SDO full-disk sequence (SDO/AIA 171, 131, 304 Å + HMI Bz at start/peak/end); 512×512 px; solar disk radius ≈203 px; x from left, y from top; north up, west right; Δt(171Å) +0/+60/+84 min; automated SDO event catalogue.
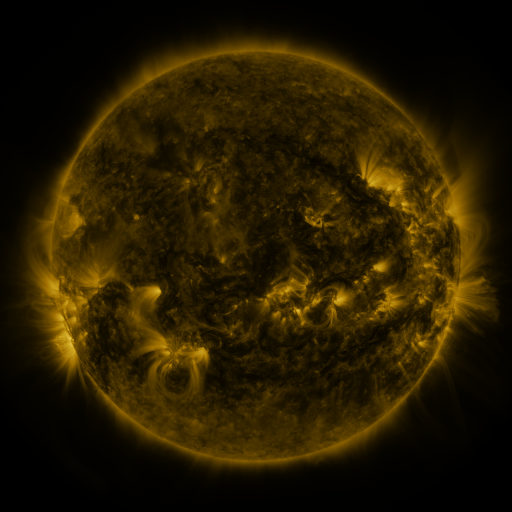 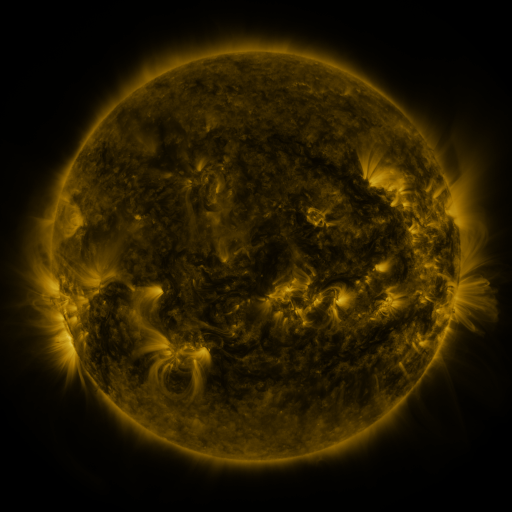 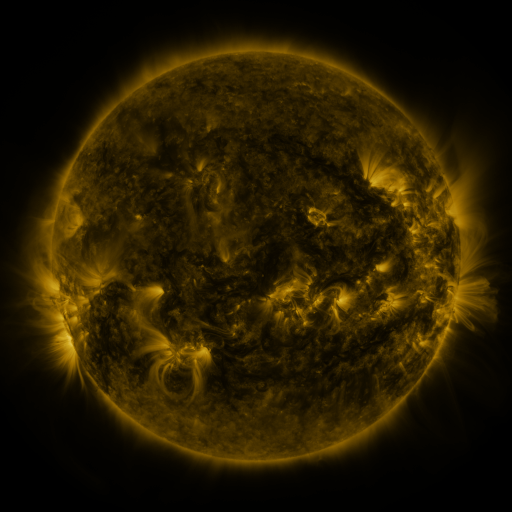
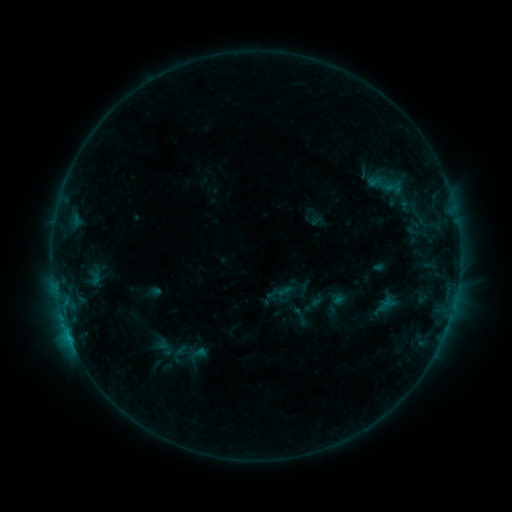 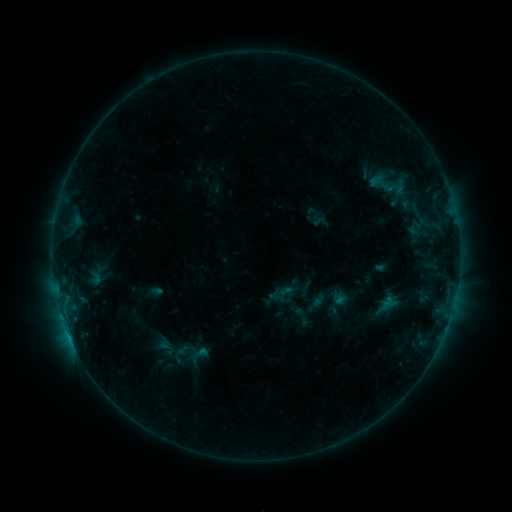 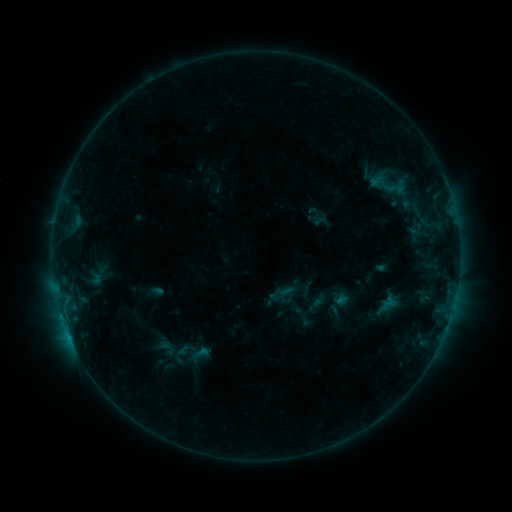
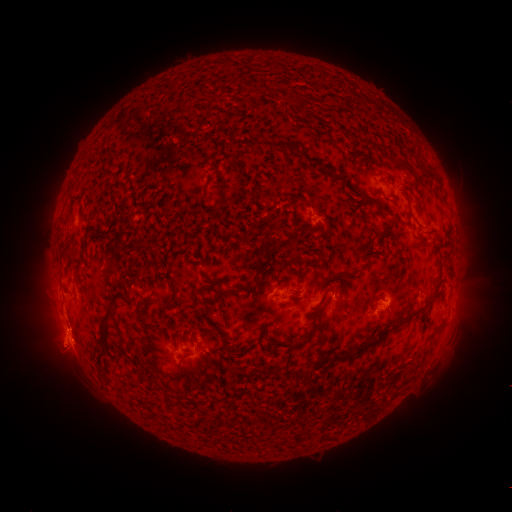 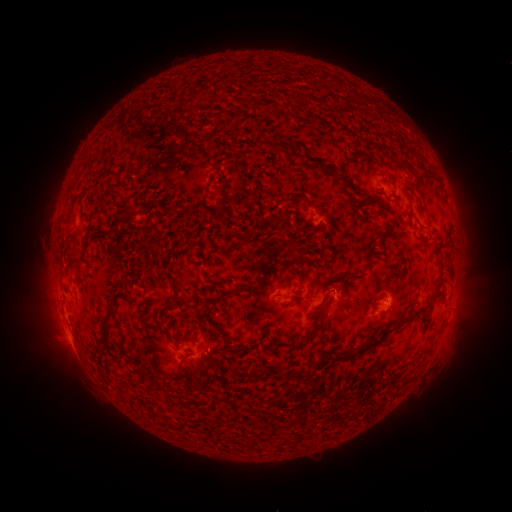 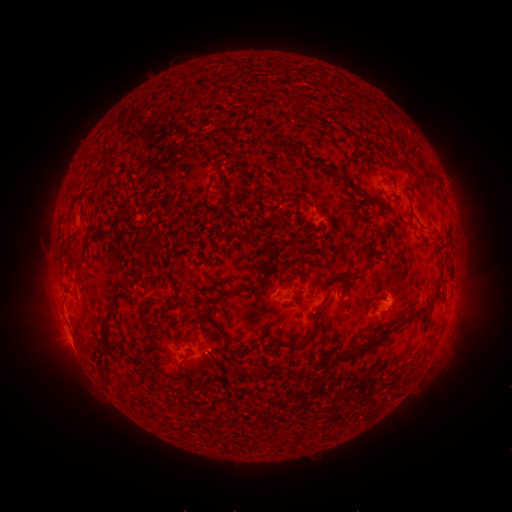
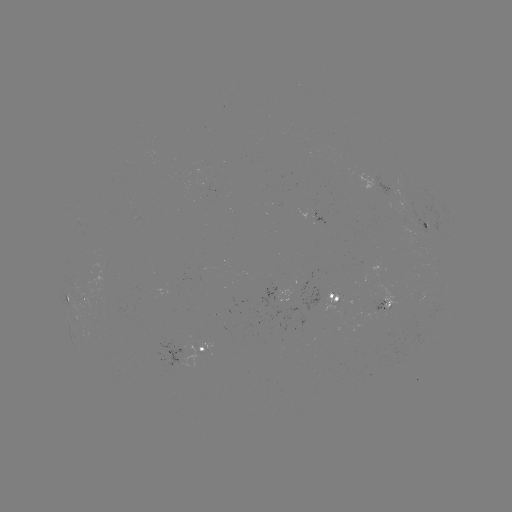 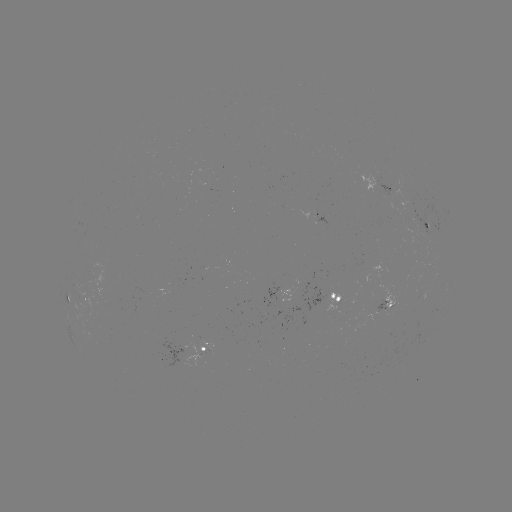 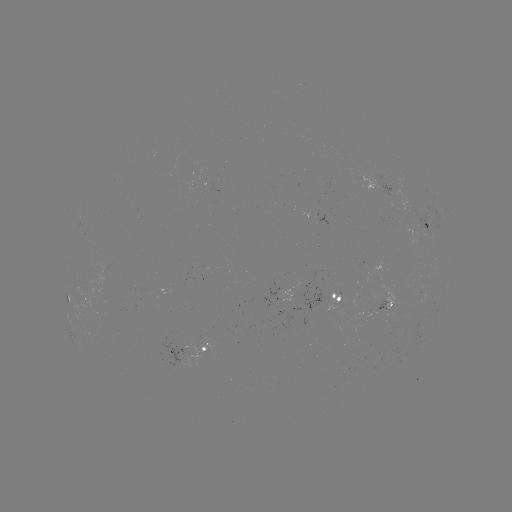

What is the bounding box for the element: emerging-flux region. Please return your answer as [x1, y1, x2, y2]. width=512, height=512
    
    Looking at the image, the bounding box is [410, 211, 430, 236].